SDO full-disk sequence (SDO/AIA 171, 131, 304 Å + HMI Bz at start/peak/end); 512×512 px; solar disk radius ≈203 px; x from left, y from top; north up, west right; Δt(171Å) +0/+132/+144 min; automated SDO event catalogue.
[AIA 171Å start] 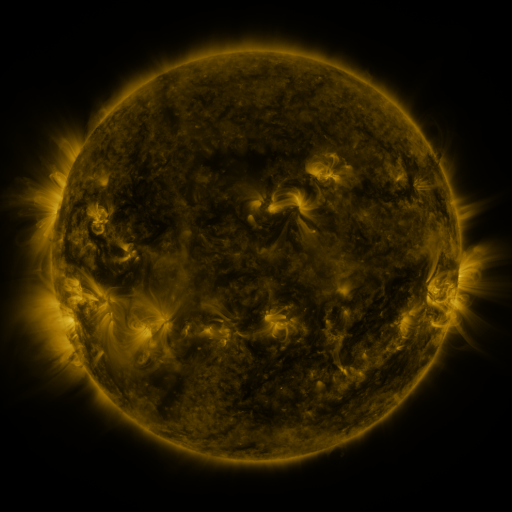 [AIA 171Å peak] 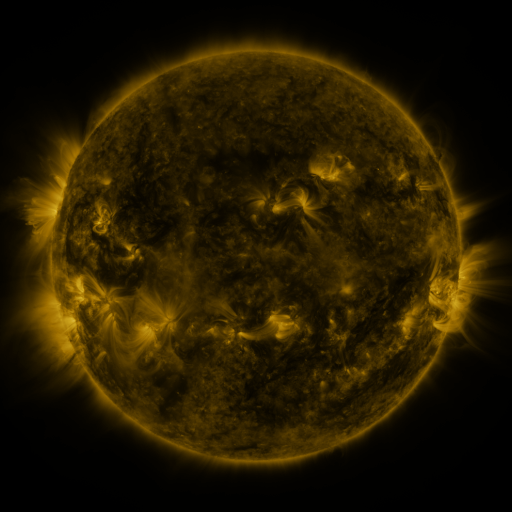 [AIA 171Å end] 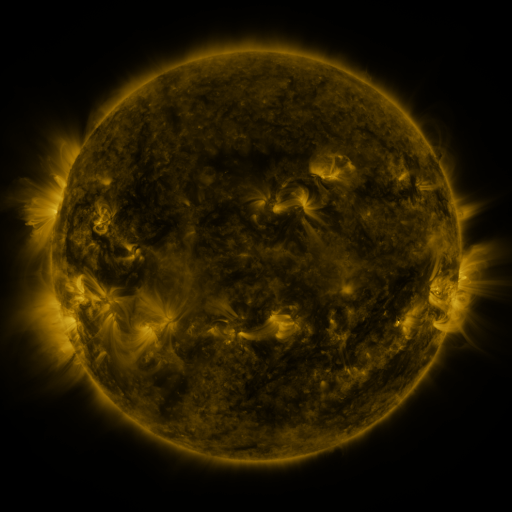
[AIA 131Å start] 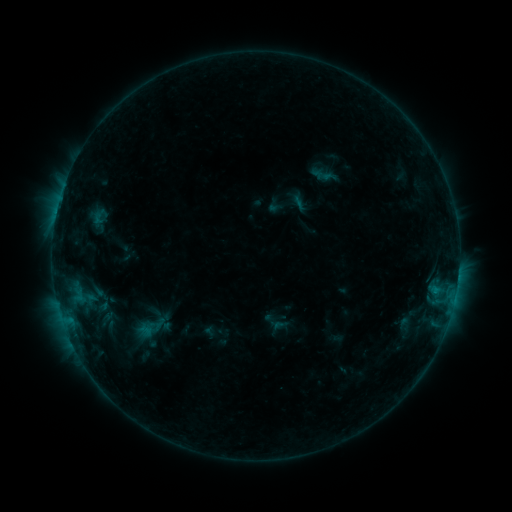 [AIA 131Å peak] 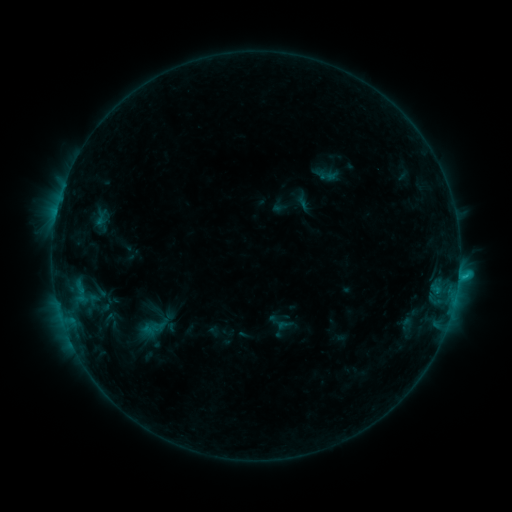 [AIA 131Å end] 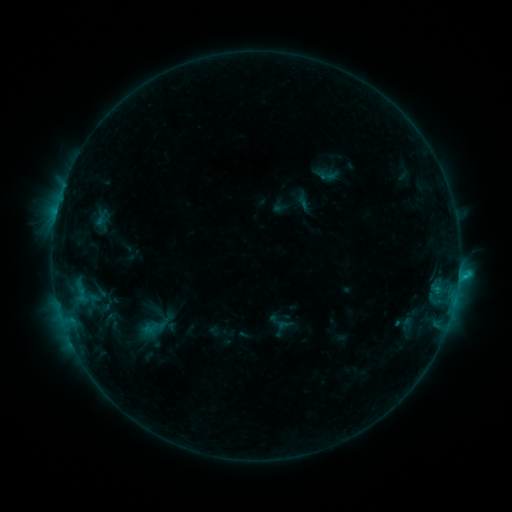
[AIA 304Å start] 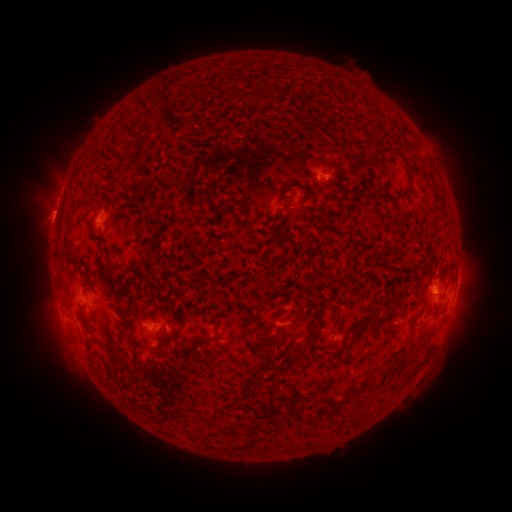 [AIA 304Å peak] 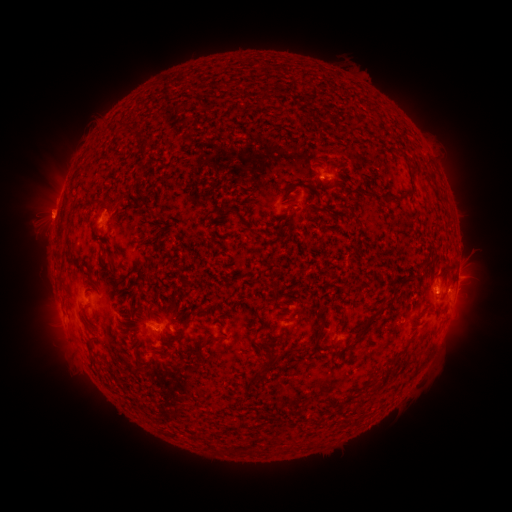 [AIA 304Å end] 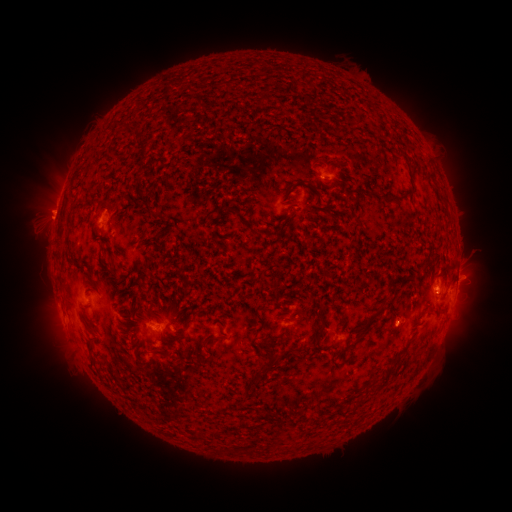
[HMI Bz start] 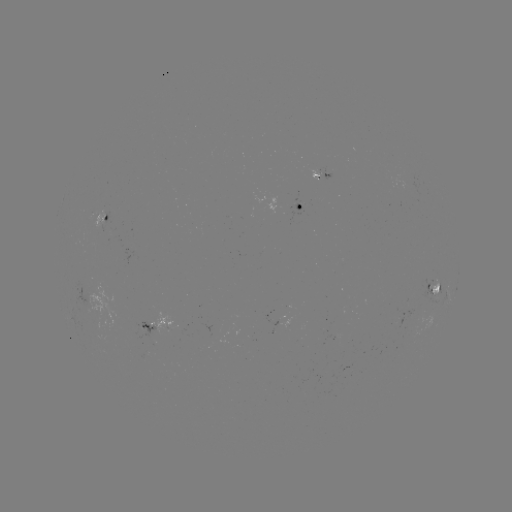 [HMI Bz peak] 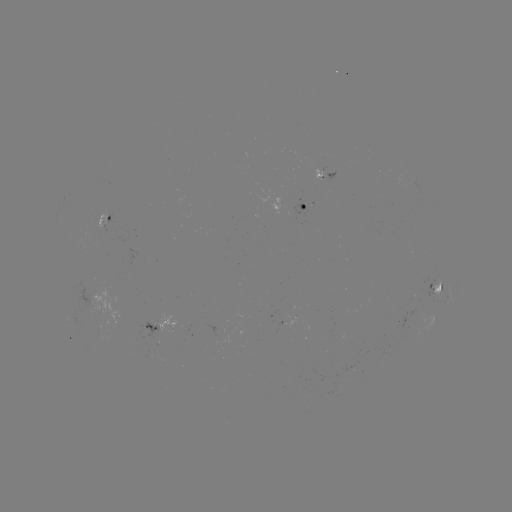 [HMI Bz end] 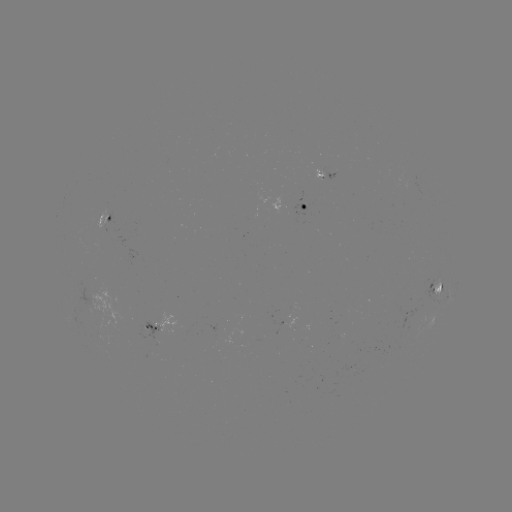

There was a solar emerging-flux region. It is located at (293, 318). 